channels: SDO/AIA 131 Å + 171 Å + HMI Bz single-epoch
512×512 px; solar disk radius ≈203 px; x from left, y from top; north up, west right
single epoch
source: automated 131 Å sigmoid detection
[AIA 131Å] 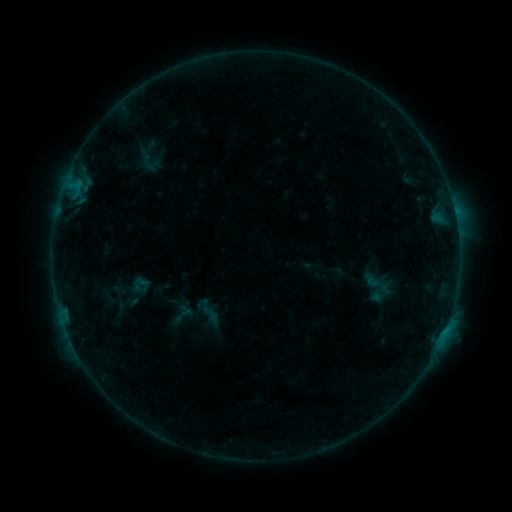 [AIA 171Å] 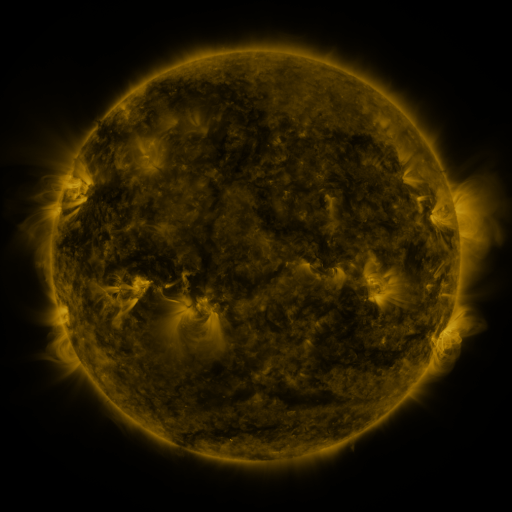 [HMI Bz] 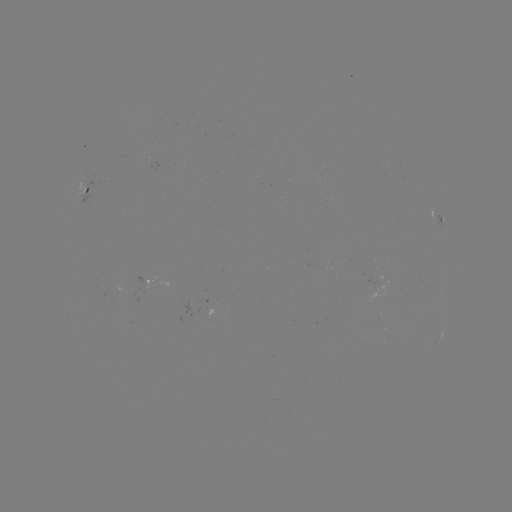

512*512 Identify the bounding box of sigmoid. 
[357, 265, 397, 311].